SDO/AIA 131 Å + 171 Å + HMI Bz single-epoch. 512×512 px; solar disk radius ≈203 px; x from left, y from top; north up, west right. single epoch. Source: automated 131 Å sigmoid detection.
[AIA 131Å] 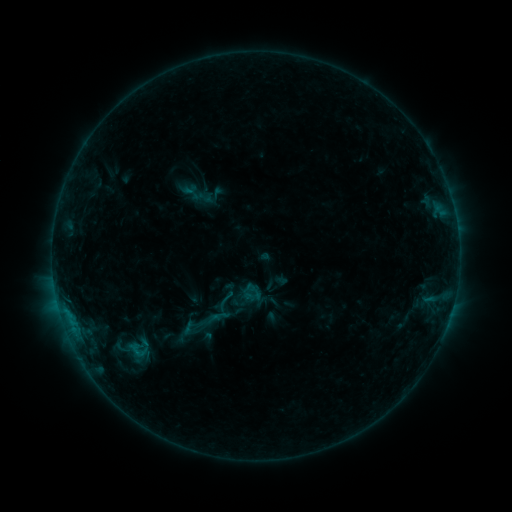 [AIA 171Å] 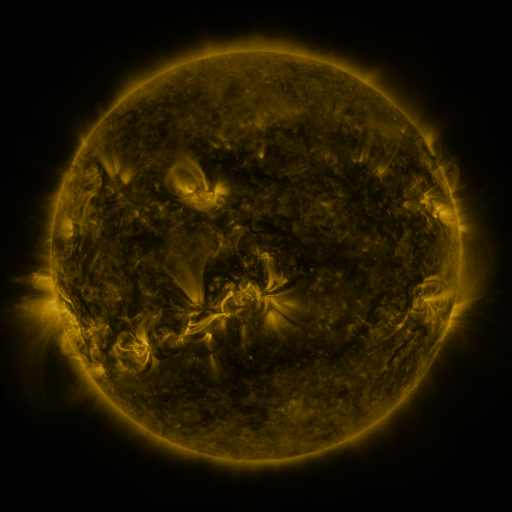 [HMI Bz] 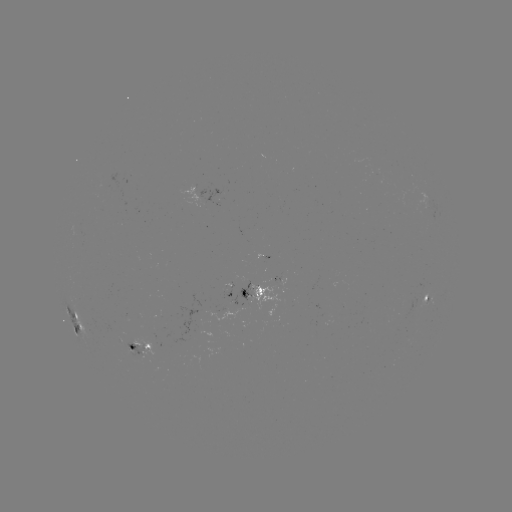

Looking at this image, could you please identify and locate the sigmoid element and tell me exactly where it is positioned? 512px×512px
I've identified sigmoid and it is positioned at (225, 300).